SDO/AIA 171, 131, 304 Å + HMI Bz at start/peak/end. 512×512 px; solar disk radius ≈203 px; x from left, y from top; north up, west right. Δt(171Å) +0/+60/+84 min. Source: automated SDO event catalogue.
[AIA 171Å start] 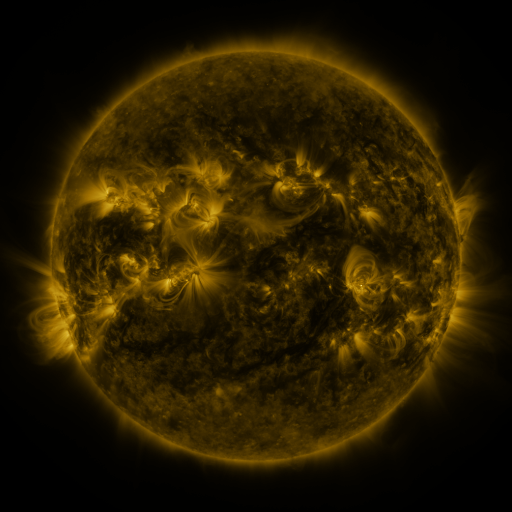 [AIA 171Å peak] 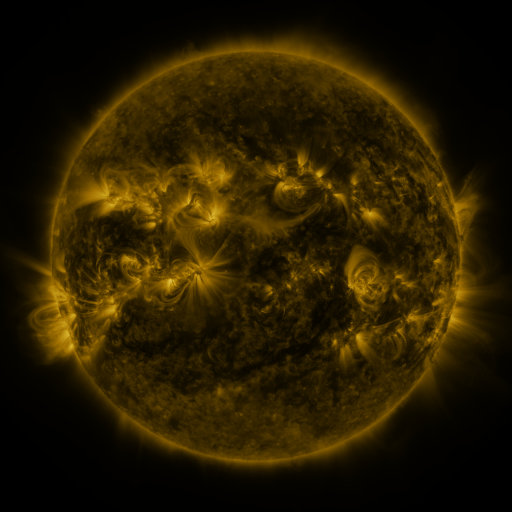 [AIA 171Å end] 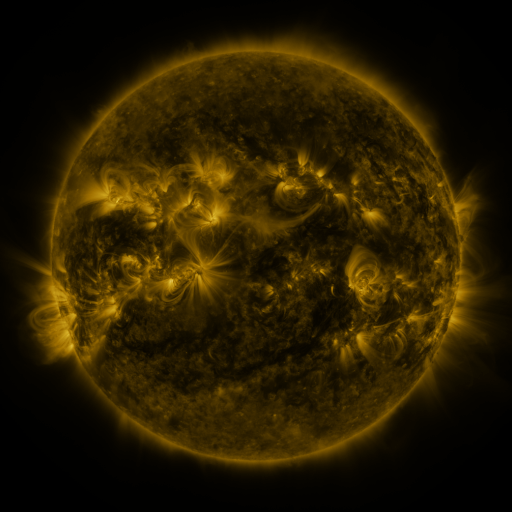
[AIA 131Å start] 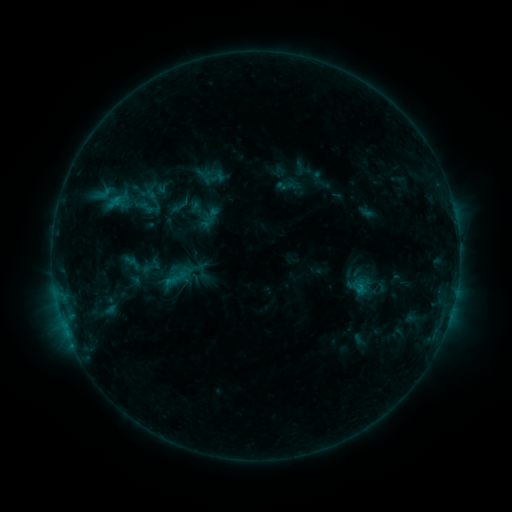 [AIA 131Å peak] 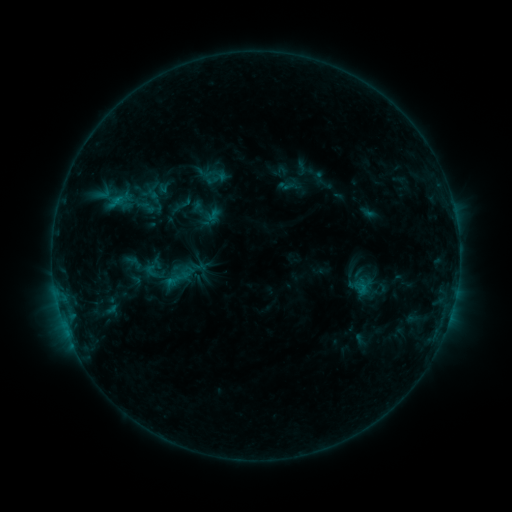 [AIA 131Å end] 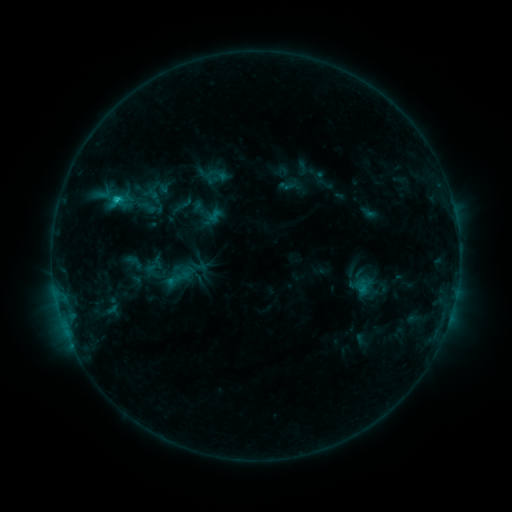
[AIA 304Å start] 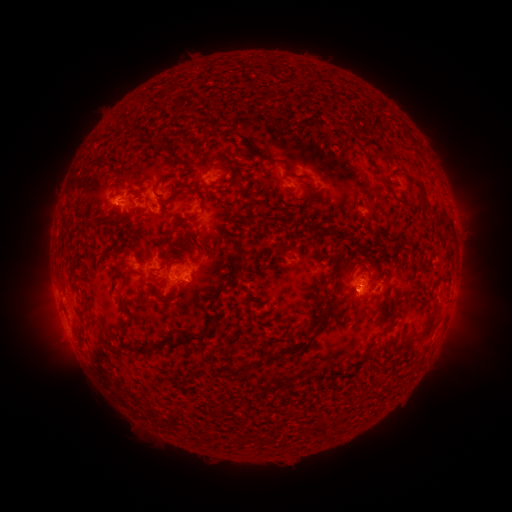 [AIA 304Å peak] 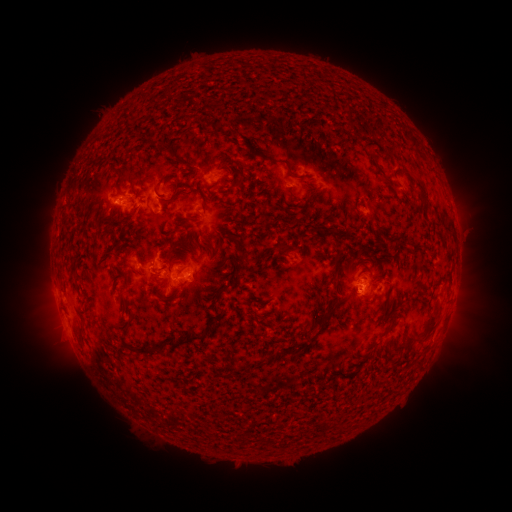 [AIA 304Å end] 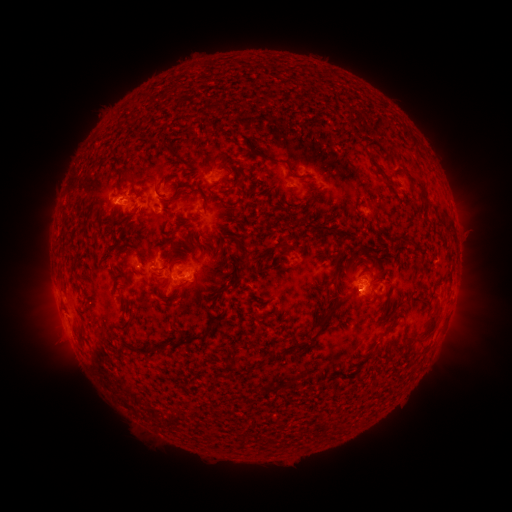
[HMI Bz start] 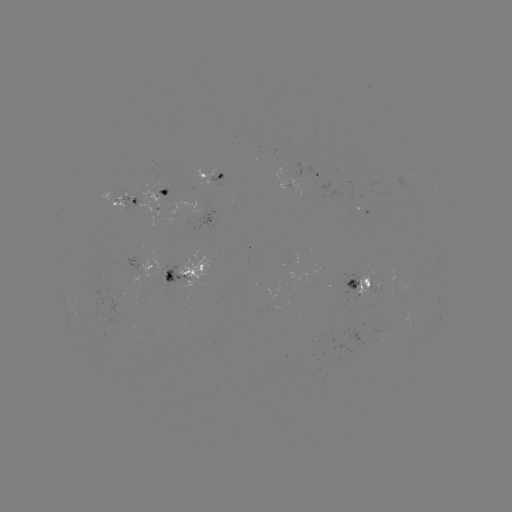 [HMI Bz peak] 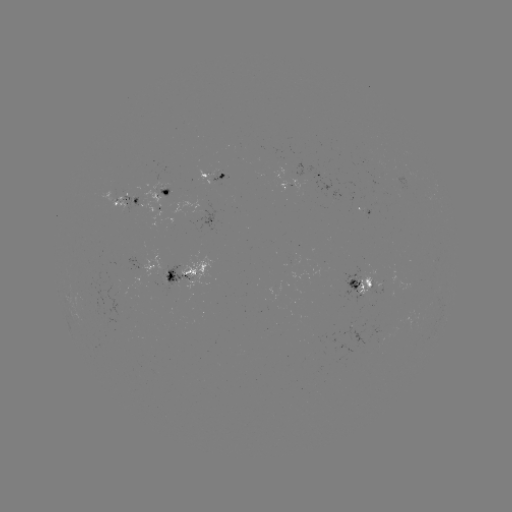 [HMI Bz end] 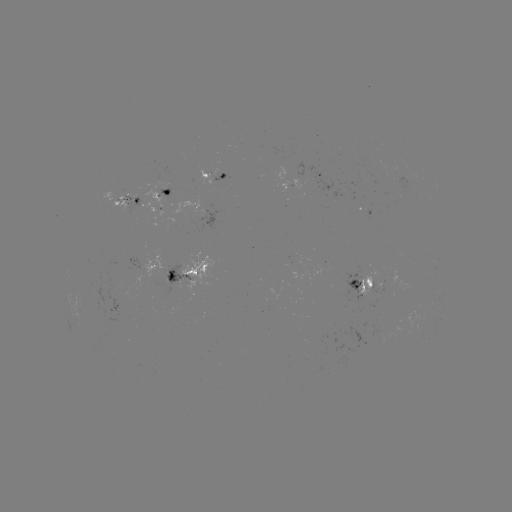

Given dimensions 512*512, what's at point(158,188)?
emerging-flux region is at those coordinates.